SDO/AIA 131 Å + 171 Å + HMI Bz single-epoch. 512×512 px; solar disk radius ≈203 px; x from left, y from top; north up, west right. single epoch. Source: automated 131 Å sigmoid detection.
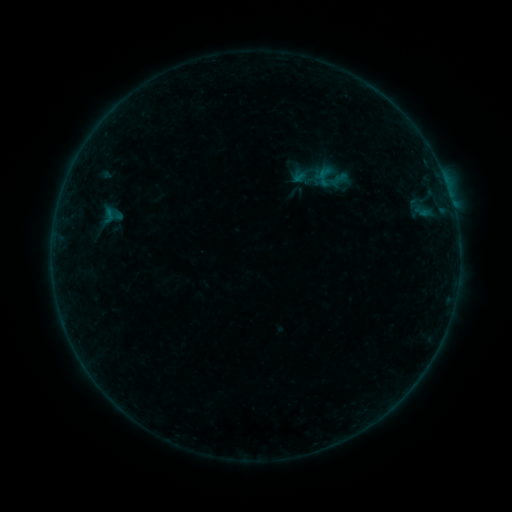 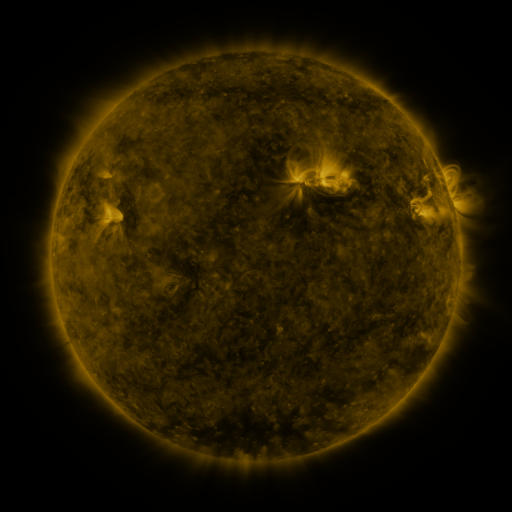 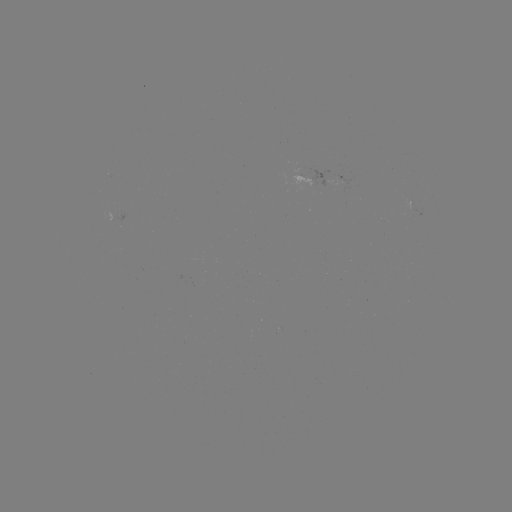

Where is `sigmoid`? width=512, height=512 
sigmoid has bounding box [100, 207, 118, 224].